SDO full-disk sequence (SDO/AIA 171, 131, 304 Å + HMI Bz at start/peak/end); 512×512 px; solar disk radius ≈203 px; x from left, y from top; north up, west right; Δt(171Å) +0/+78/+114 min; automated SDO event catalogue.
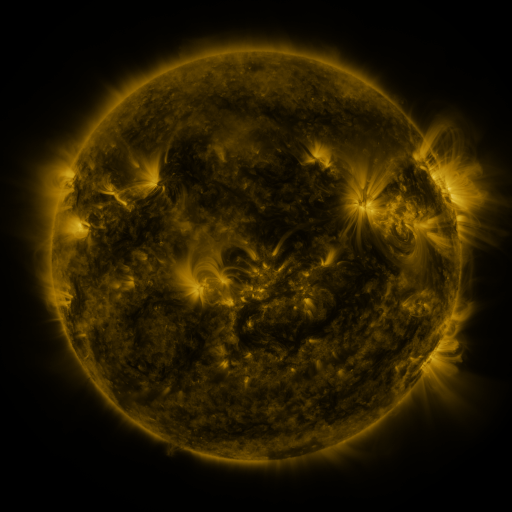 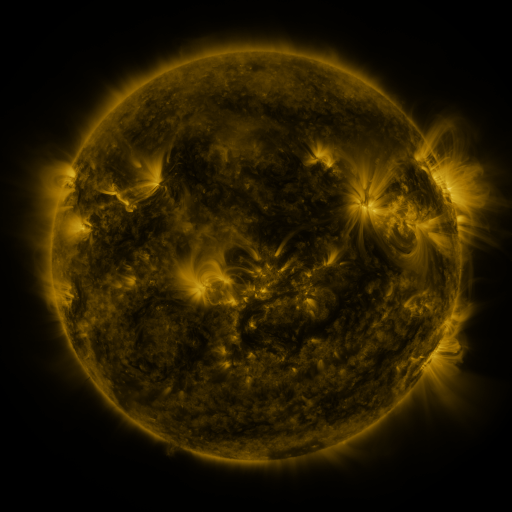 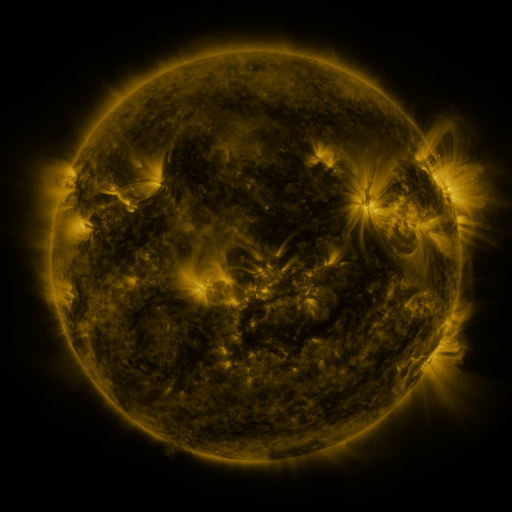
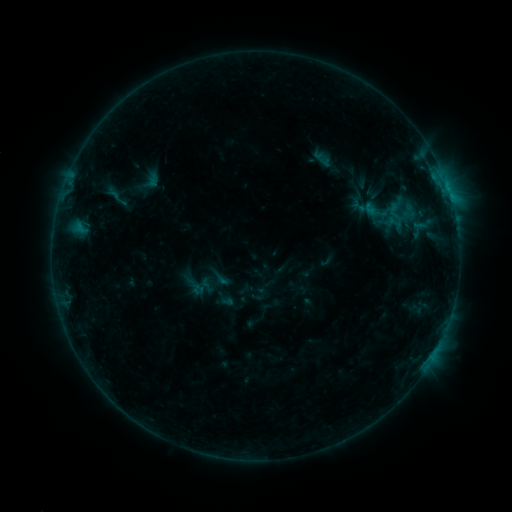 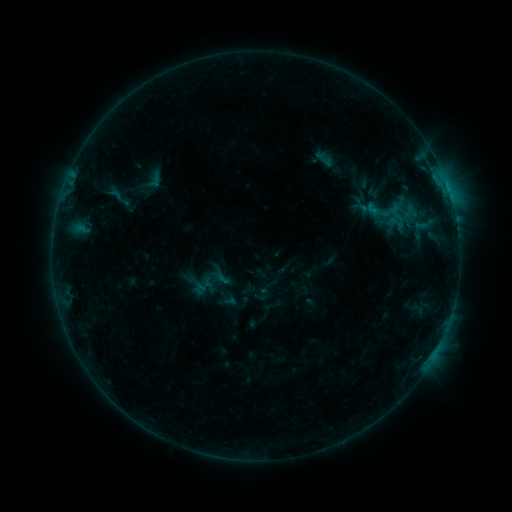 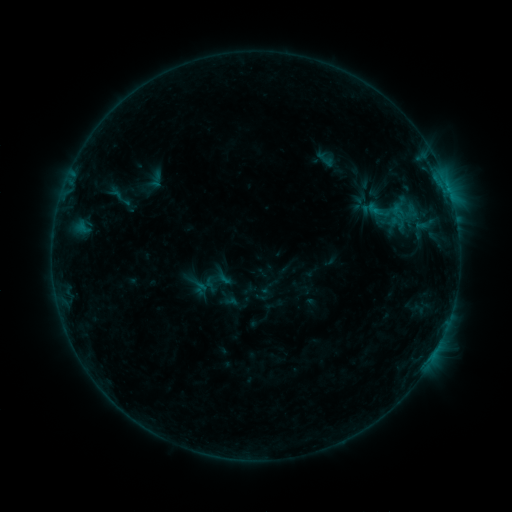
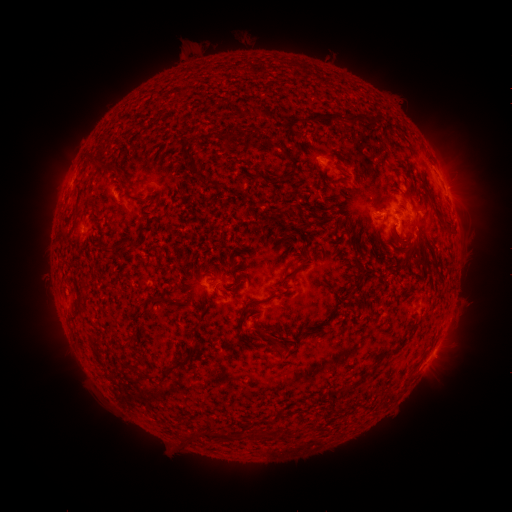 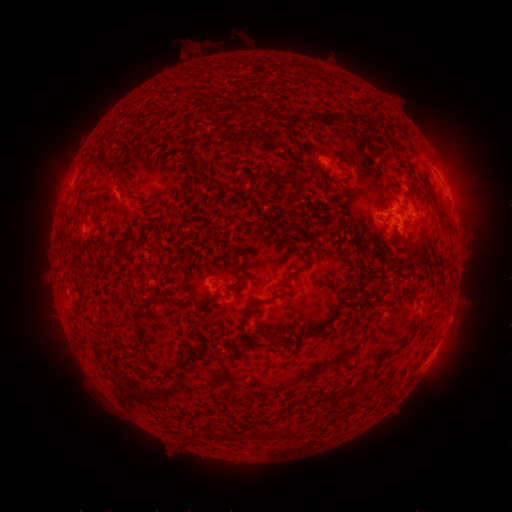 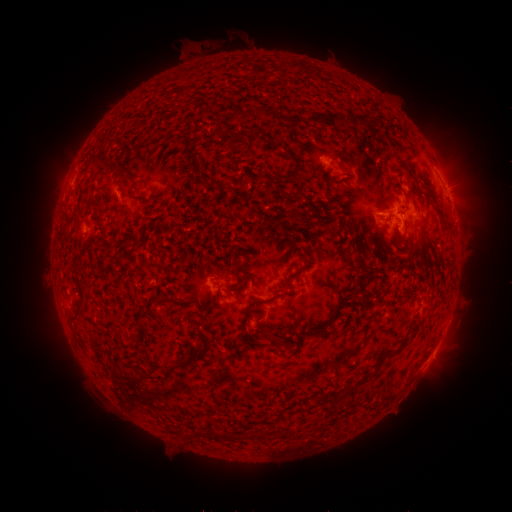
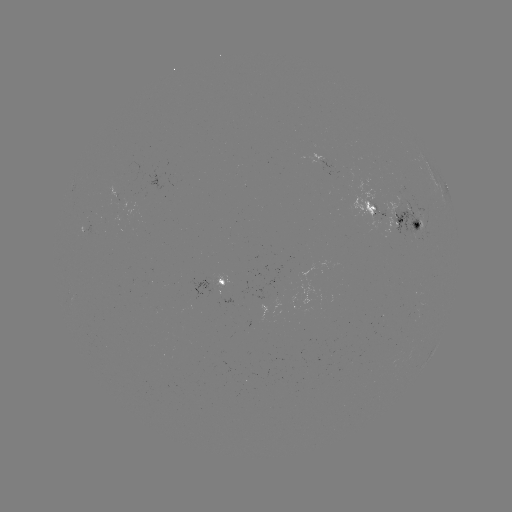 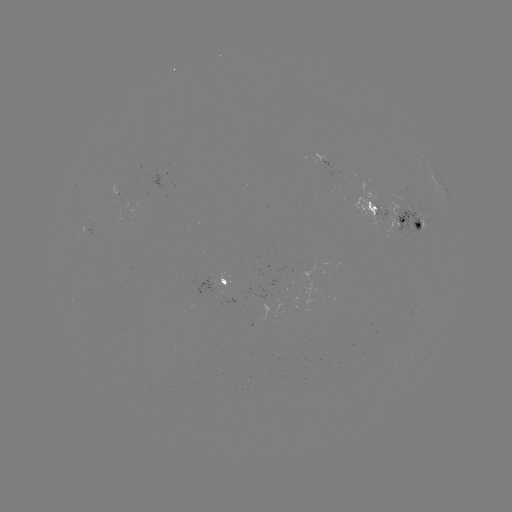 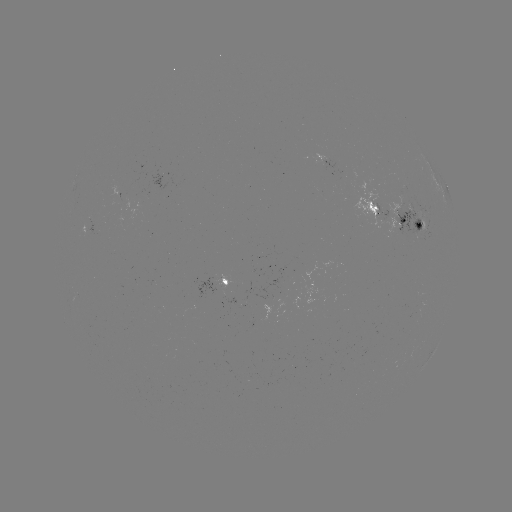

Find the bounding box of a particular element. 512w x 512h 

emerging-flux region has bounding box [338, 169, 357, 181].